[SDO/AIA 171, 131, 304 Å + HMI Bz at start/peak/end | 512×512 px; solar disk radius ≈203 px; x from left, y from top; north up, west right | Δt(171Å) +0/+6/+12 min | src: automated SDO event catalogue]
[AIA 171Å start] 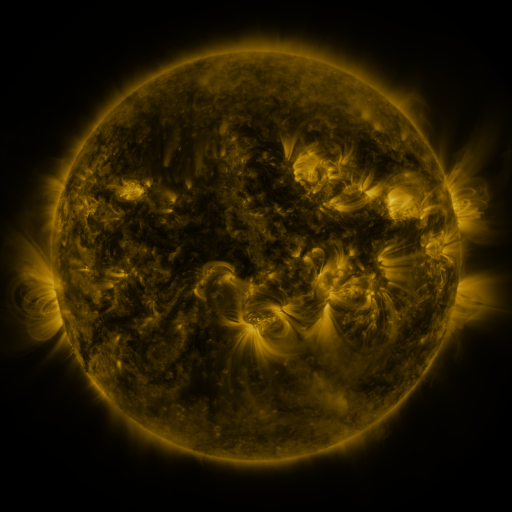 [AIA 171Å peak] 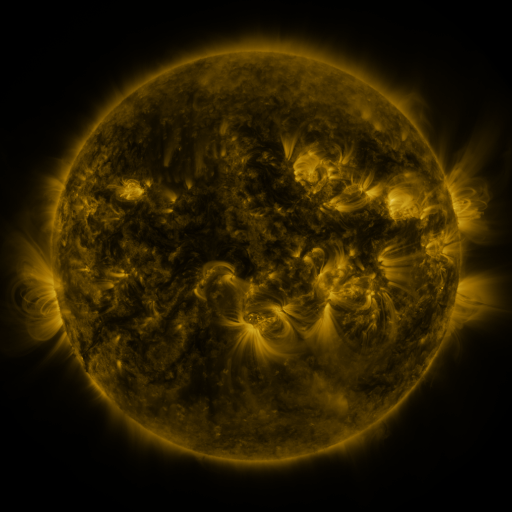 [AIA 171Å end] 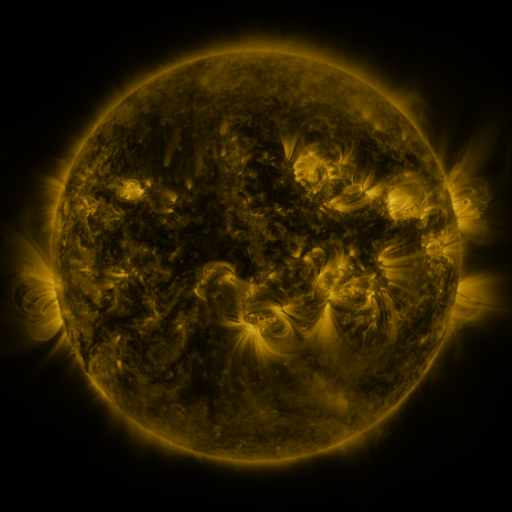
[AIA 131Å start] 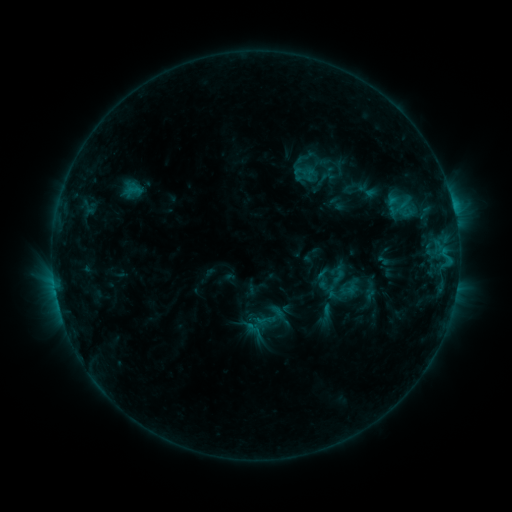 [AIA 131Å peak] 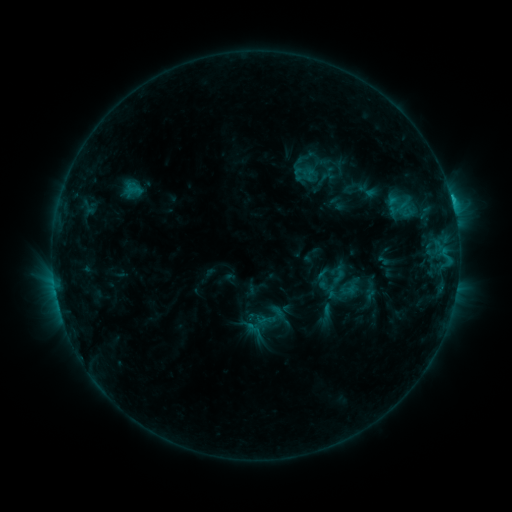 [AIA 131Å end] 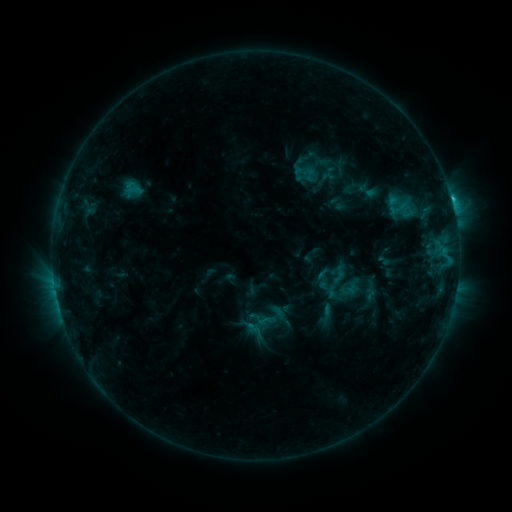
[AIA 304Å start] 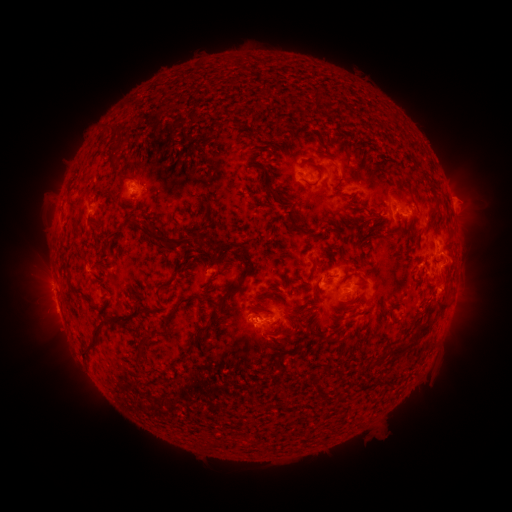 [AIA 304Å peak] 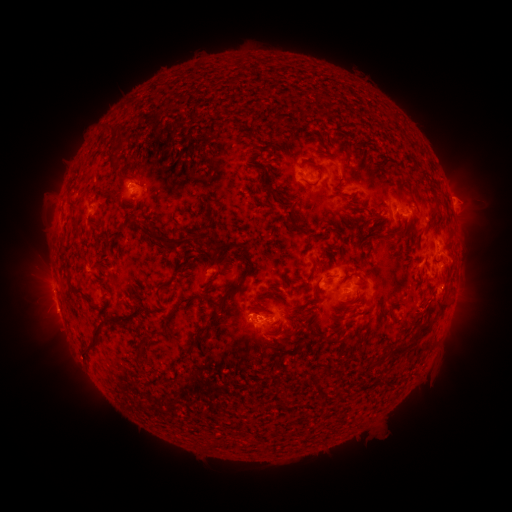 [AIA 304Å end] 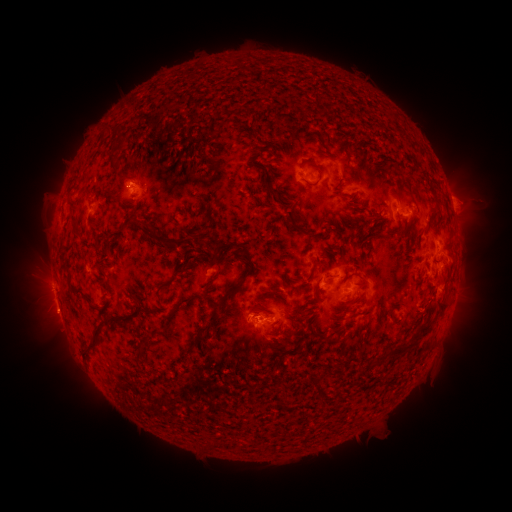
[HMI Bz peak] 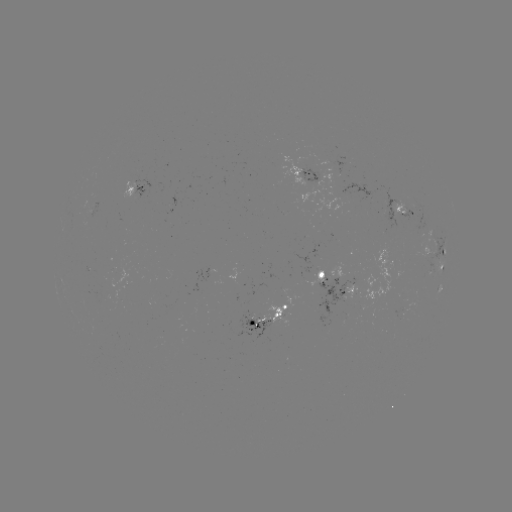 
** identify C1.6 flare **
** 450,199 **